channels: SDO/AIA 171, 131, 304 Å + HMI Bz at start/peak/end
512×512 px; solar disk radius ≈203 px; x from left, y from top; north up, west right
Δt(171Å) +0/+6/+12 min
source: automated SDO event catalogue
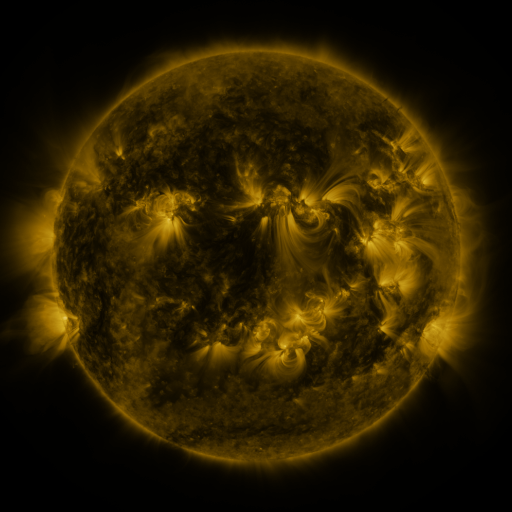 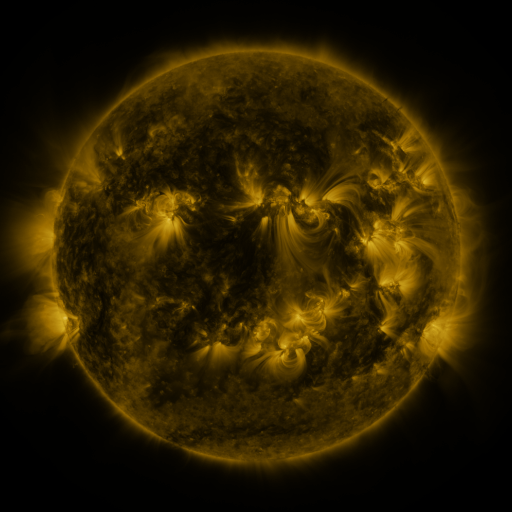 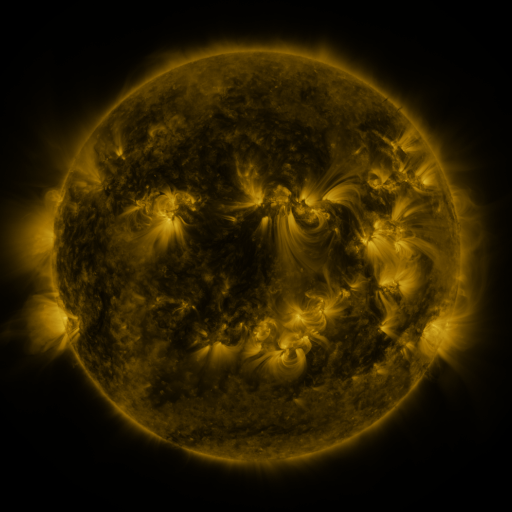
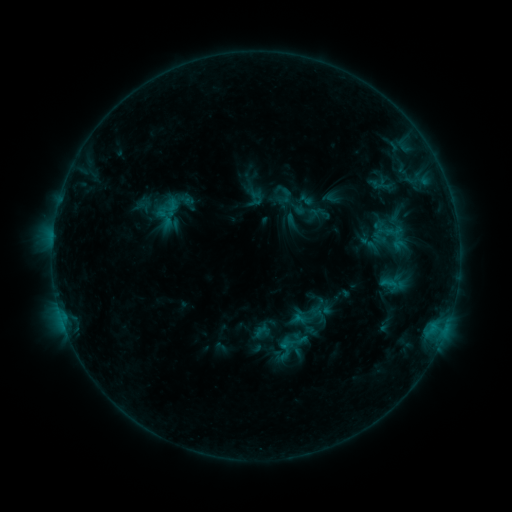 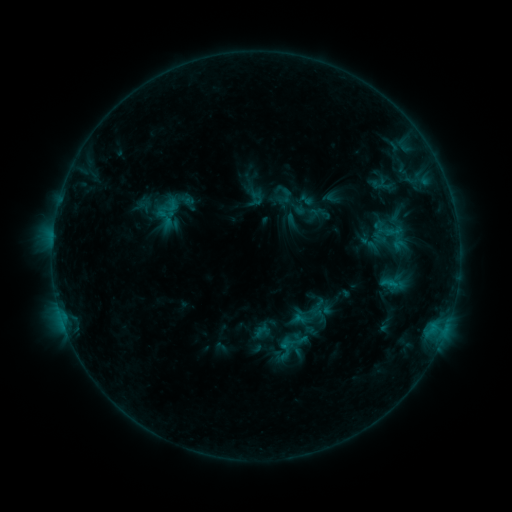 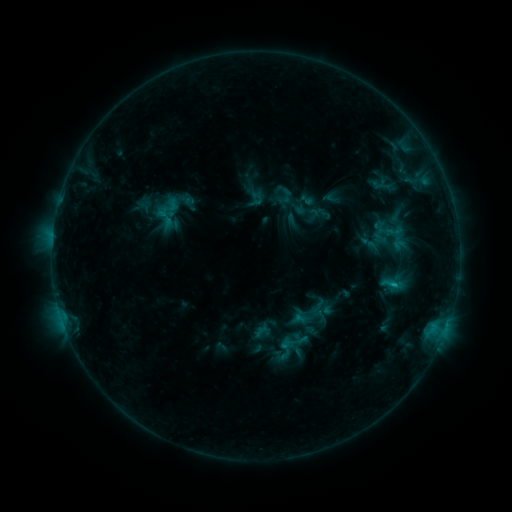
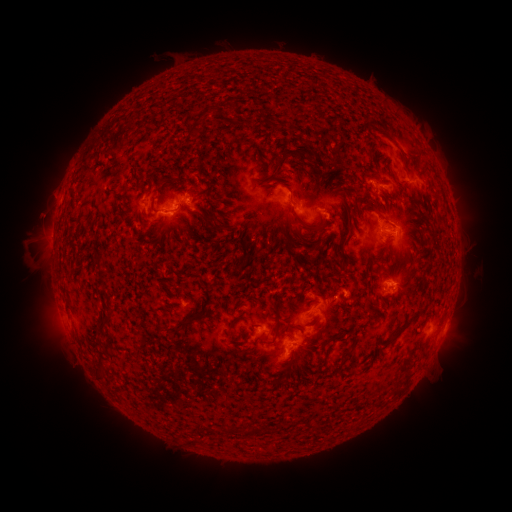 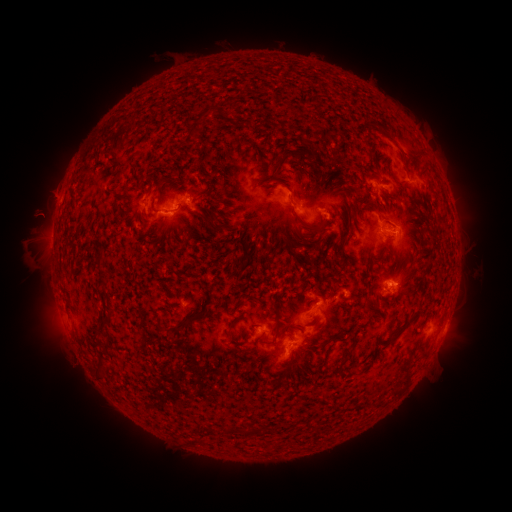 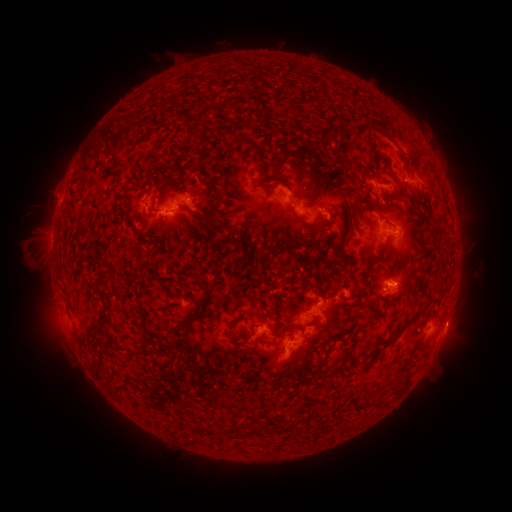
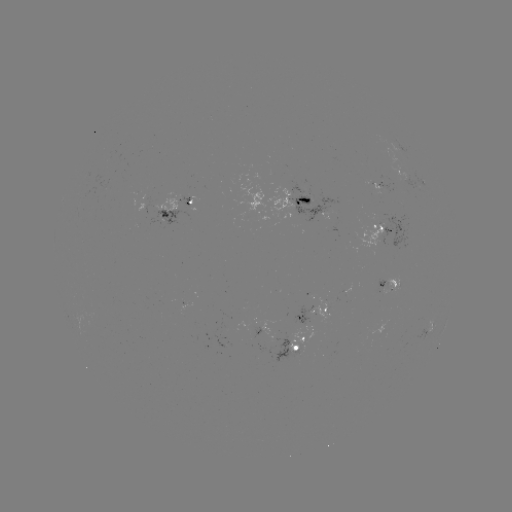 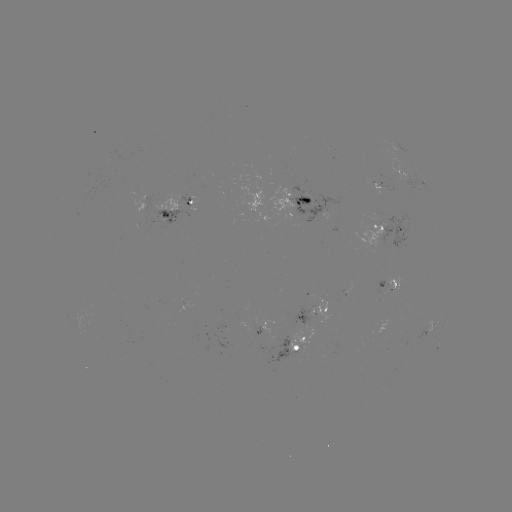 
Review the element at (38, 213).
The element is eruption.